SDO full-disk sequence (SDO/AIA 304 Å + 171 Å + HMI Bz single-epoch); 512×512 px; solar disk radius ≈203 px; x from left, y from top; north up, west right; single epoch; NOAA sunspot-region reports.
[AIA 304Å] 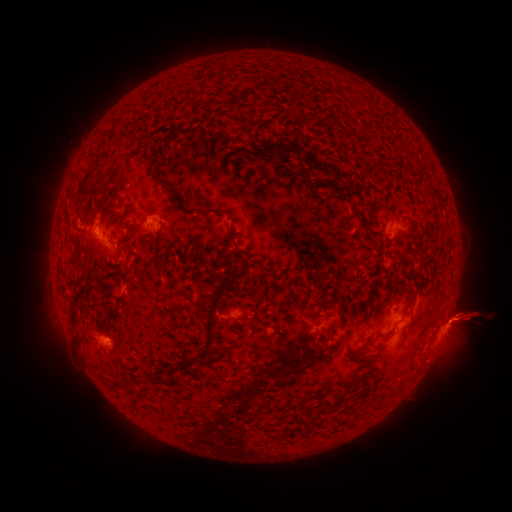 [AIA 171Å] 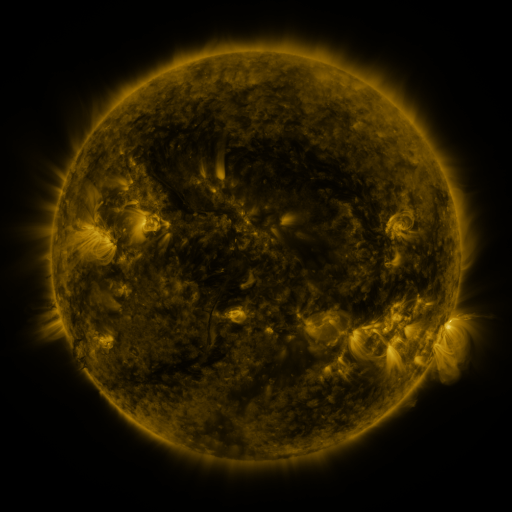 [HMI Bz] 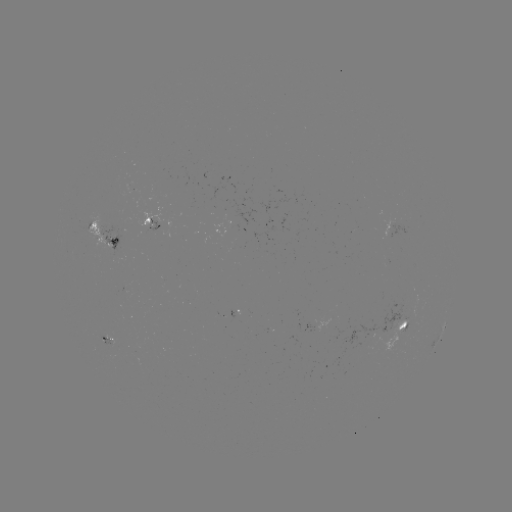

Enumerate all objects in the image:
spotted active region: (151, 224)
spotted active region: (102, 236)
spotted active region: (446, 322)
spotted active region: (404, 324)
spotted active region: (111, 340)
